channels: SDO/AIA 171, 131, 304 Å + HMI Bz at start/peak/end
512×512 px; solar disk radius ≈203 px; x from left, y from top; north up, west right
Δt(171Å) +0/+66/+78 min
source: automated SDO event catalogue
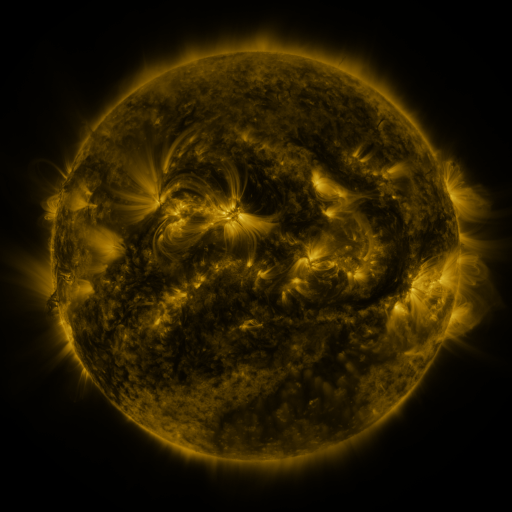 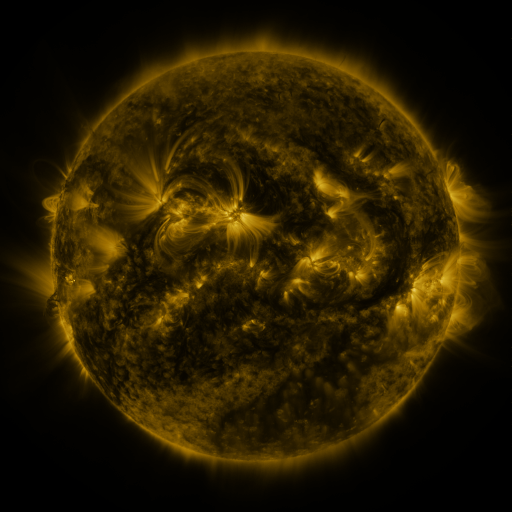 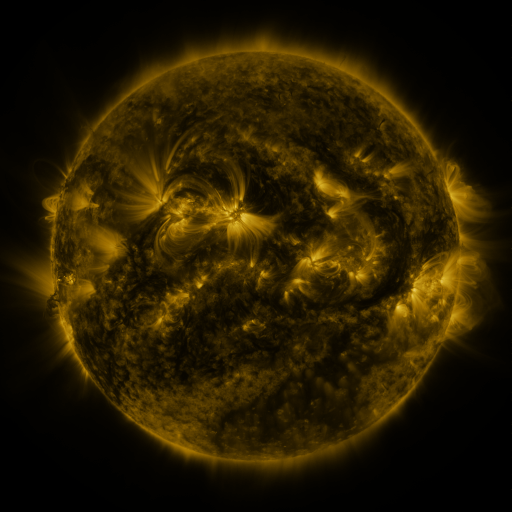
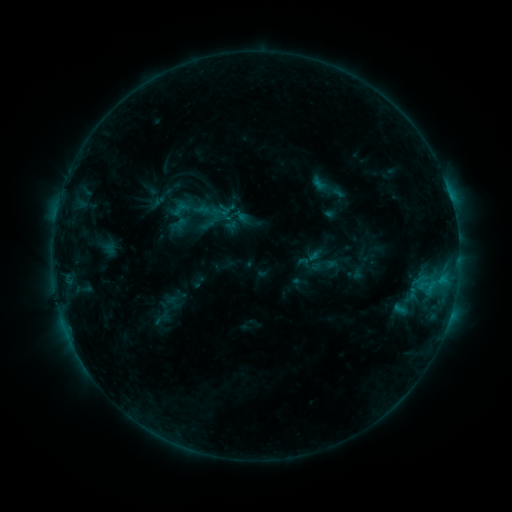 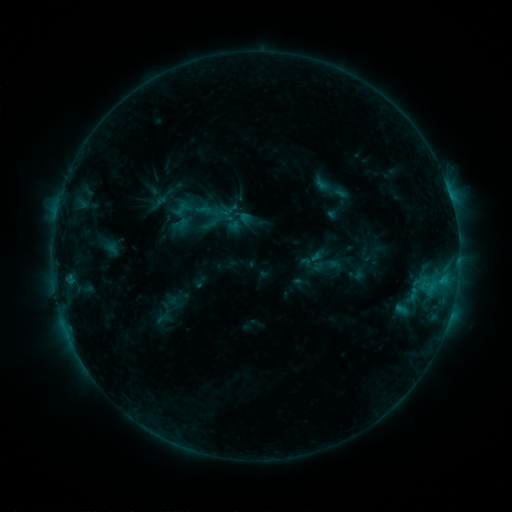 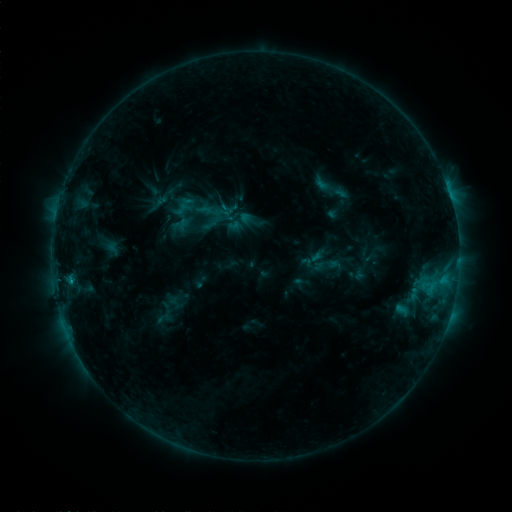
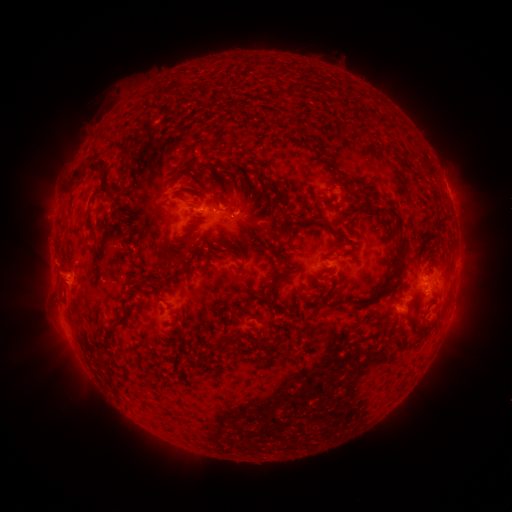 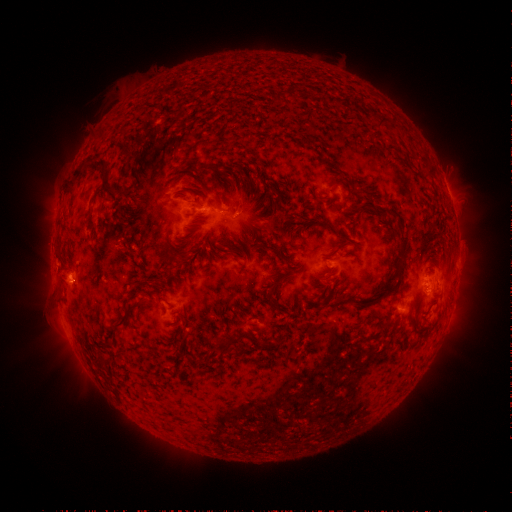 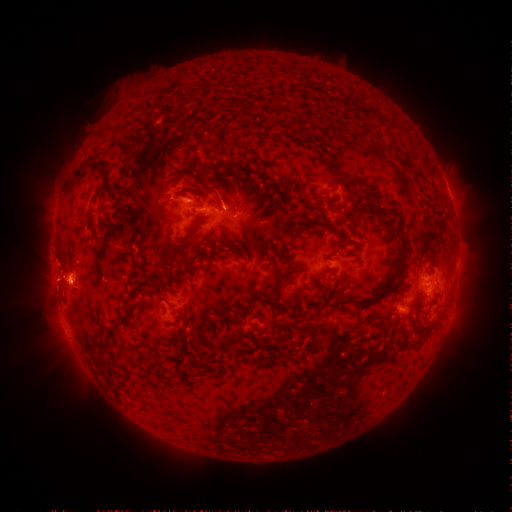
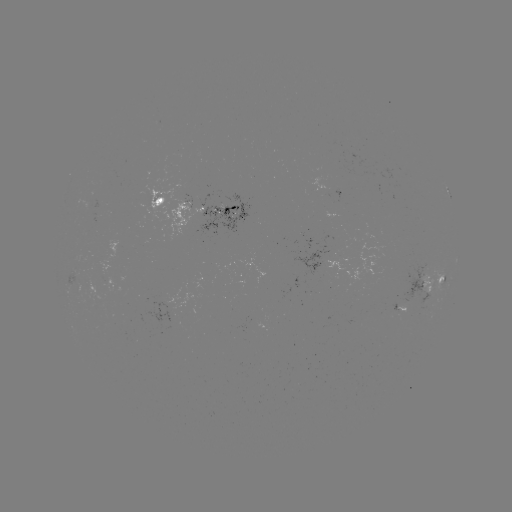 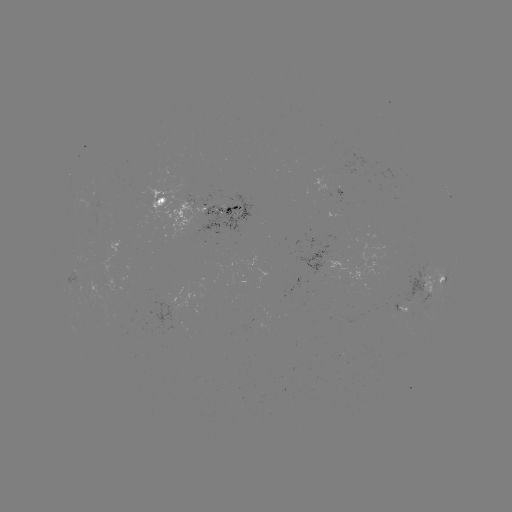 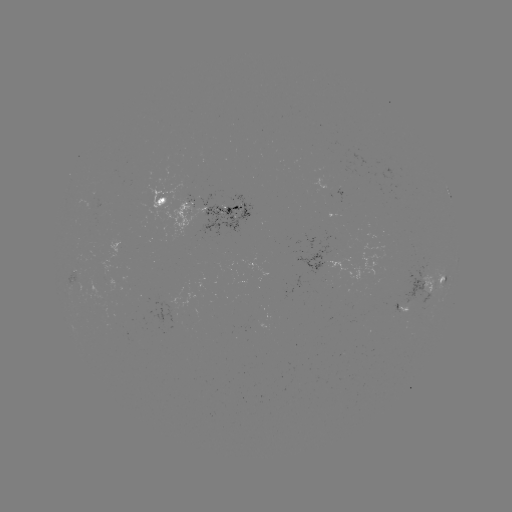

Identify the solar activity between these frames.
emerging-flux region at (233, 202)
